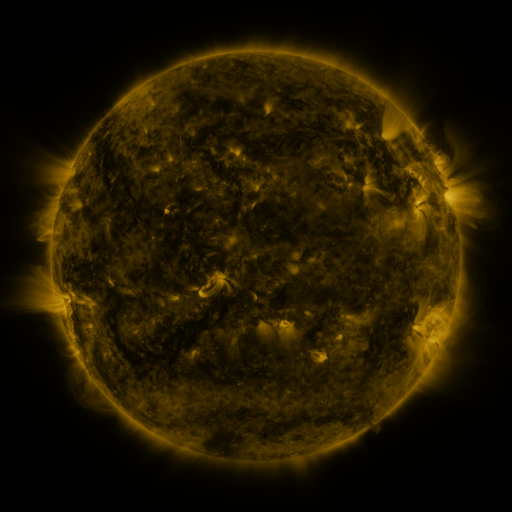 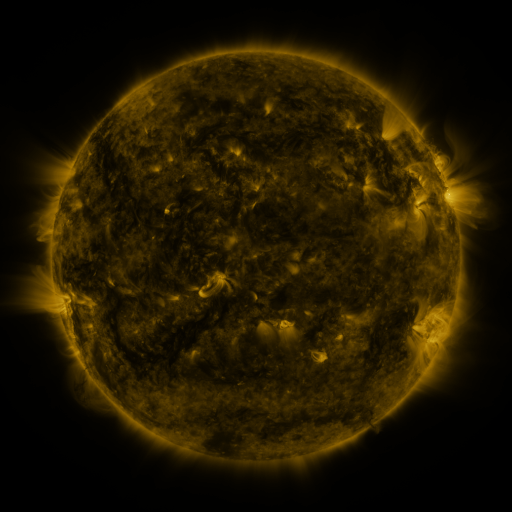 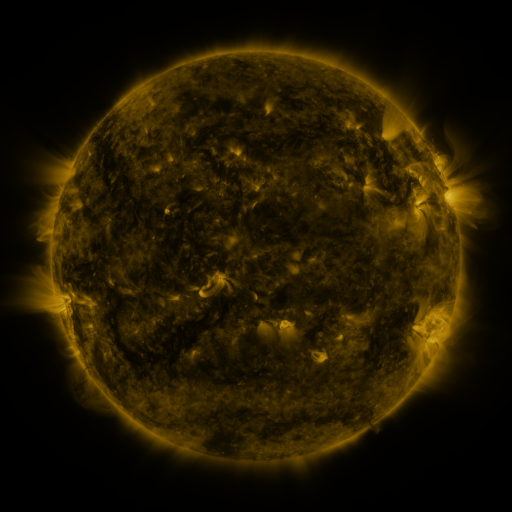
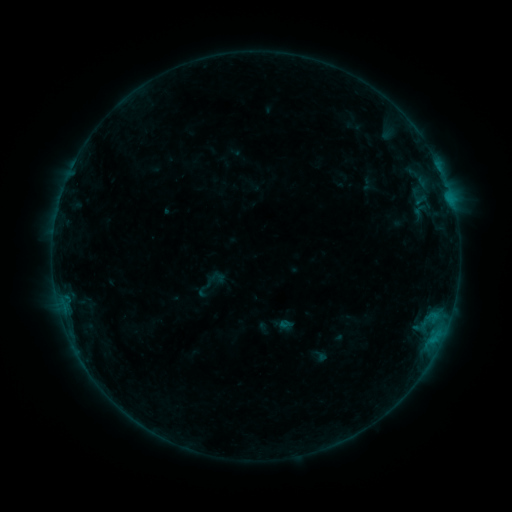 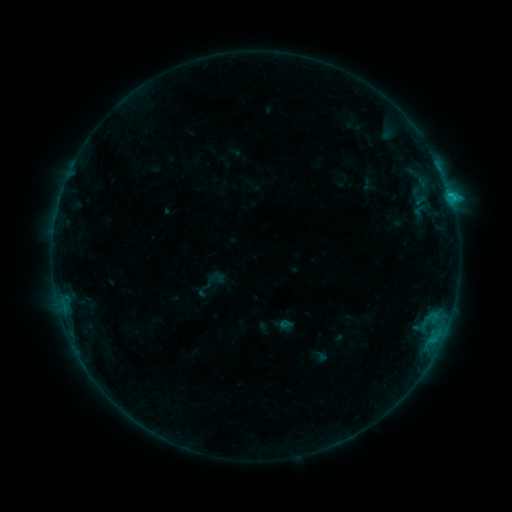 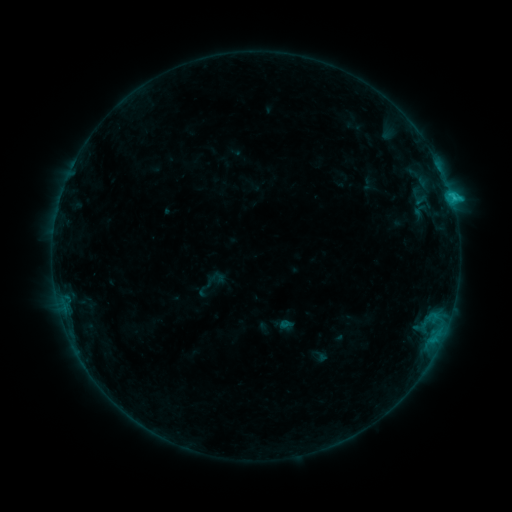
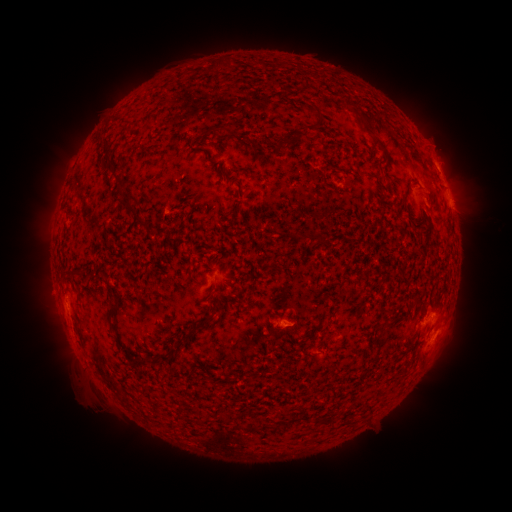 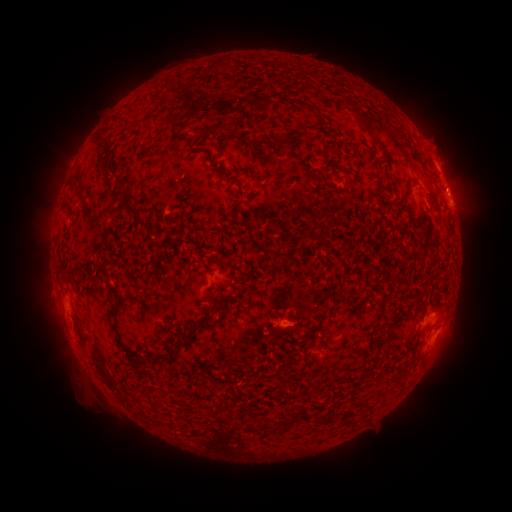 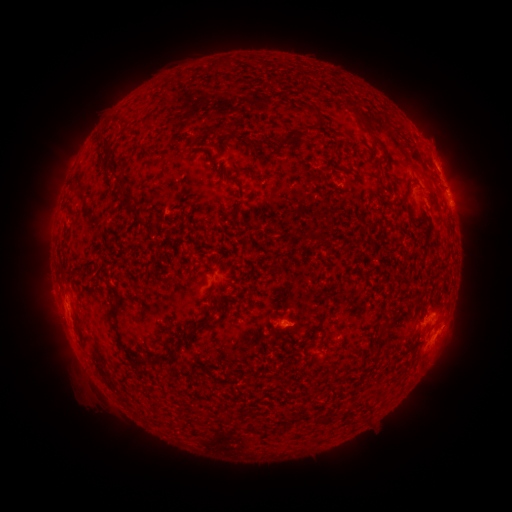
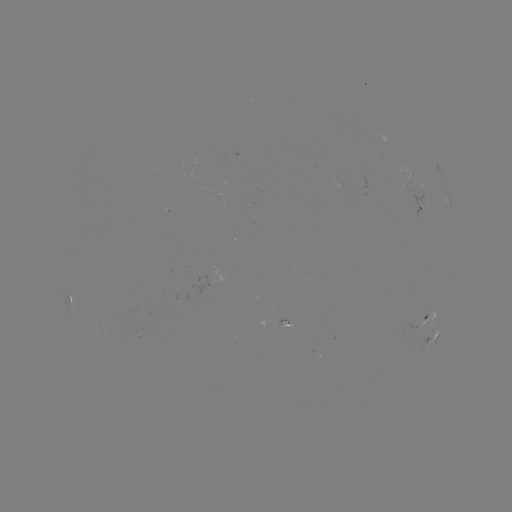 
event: flare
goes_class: C1.7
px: (450, 195)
